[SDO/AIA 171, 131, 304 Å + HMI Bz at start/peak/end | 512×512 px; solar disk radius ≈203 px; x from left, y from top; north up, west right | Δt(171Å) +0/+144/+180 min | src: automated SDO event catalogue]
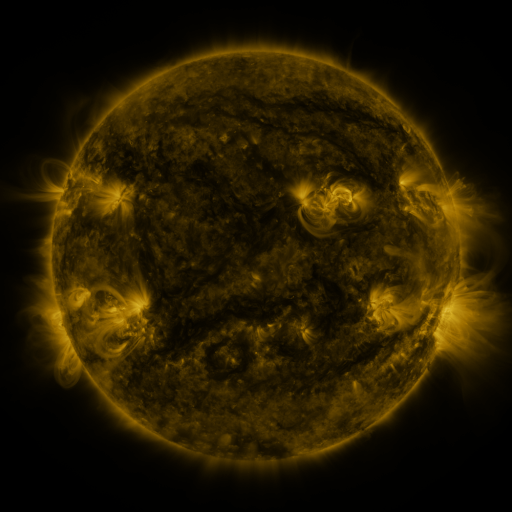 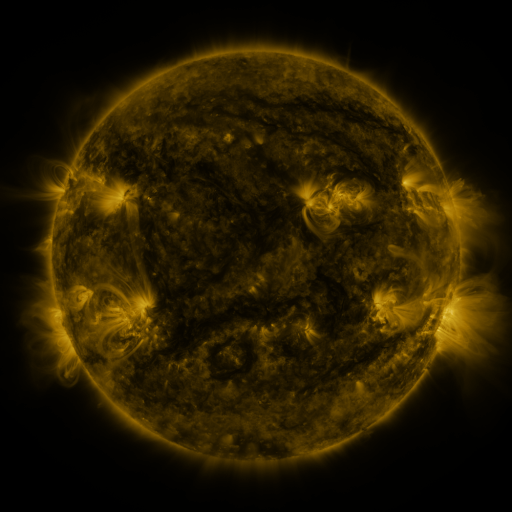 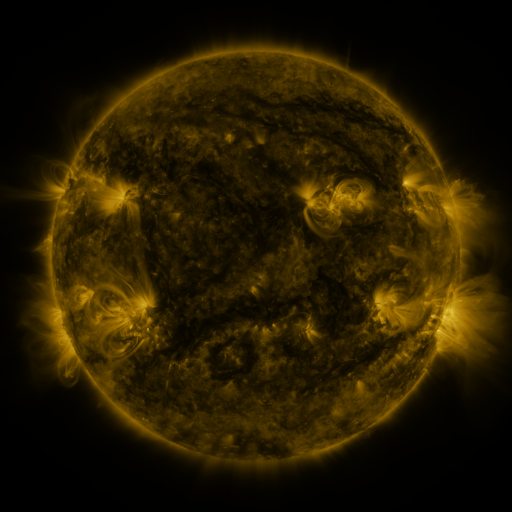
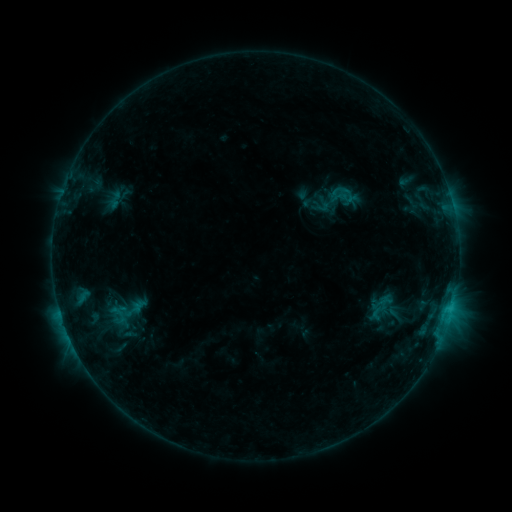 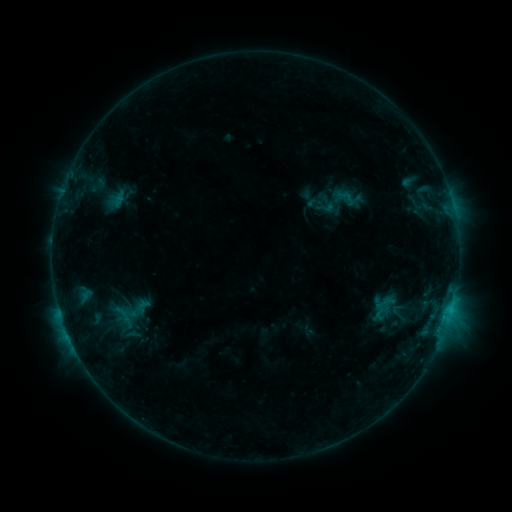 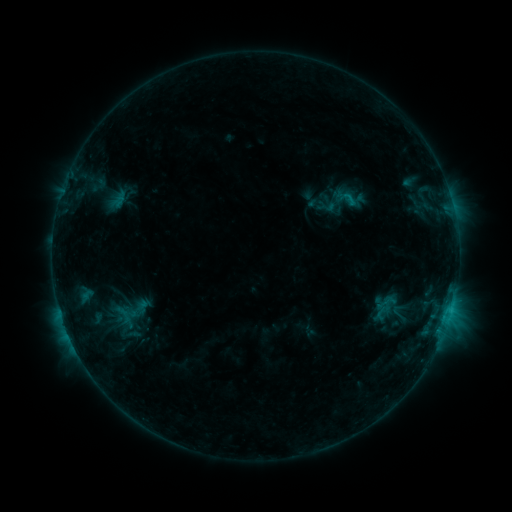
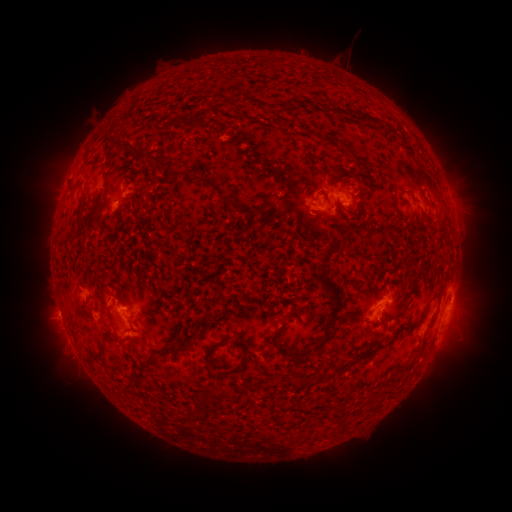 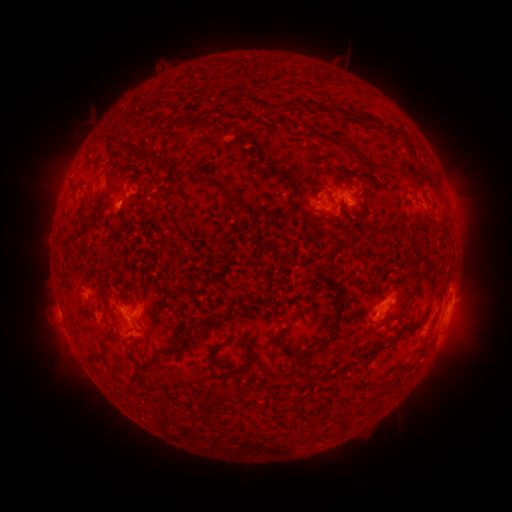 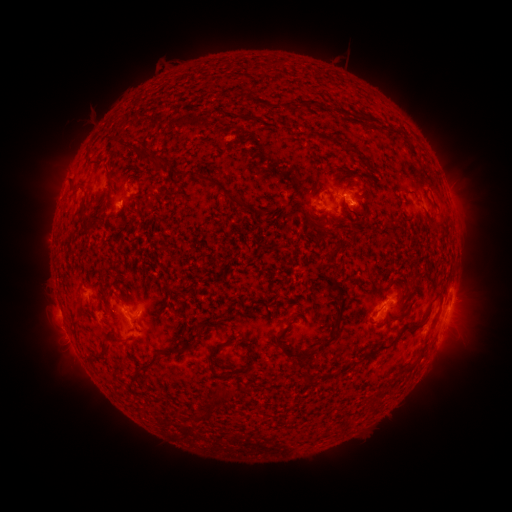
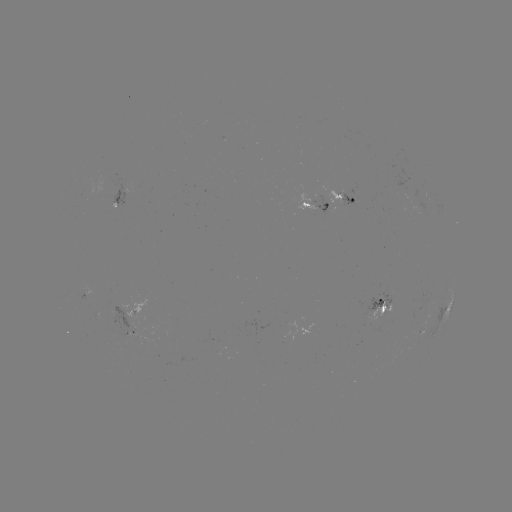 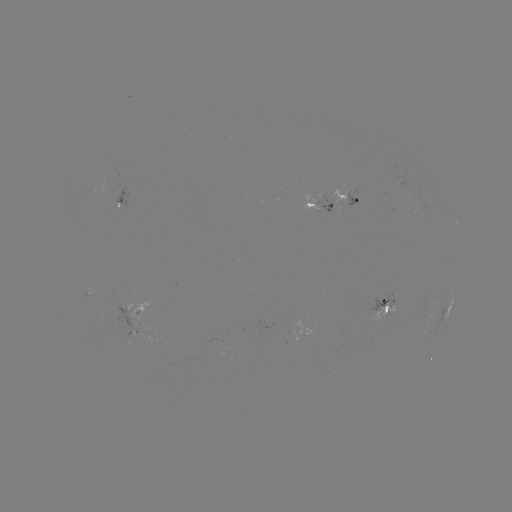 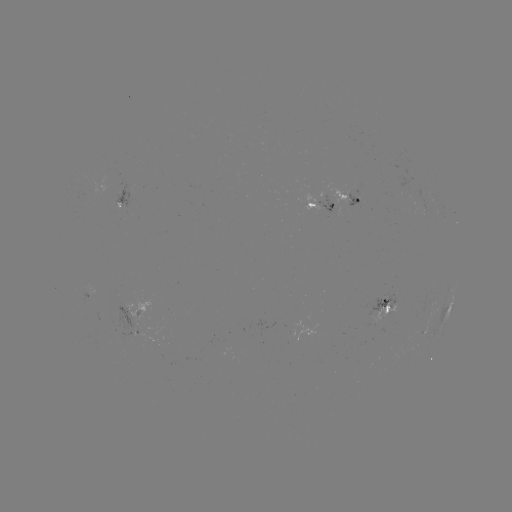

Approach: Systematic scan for emerging-flux region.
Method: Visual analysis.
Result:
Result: emerging-flux region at [330, 205].